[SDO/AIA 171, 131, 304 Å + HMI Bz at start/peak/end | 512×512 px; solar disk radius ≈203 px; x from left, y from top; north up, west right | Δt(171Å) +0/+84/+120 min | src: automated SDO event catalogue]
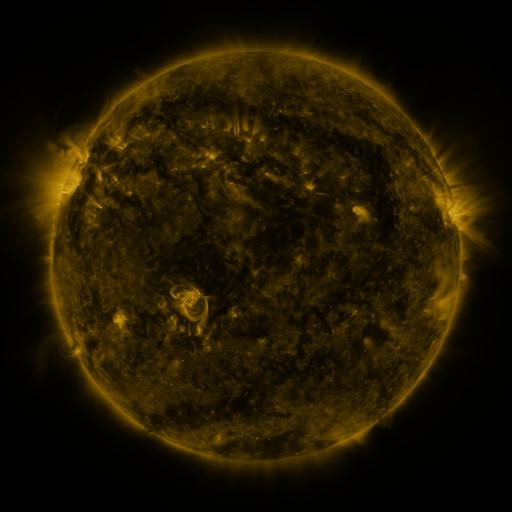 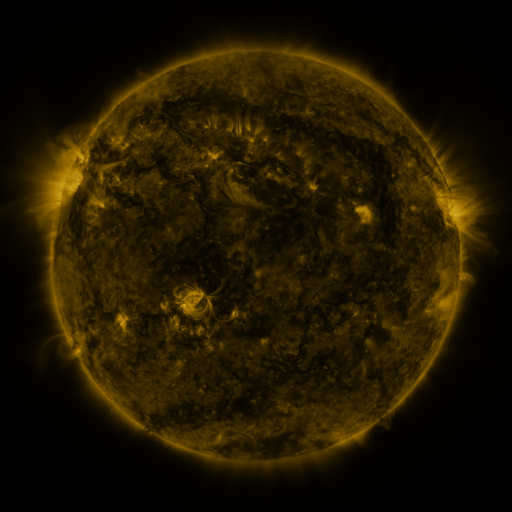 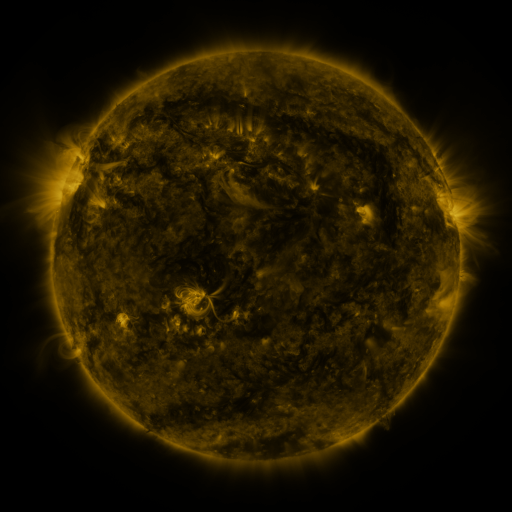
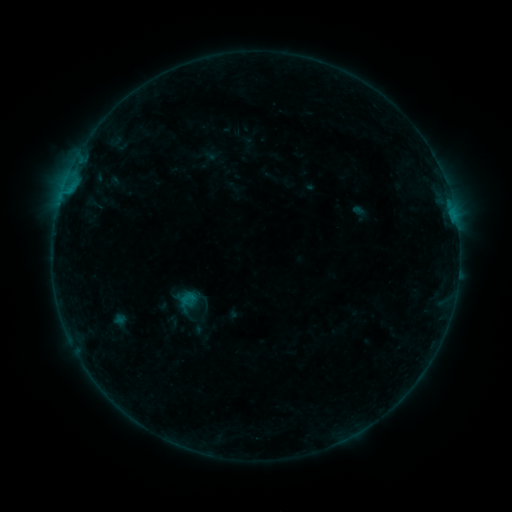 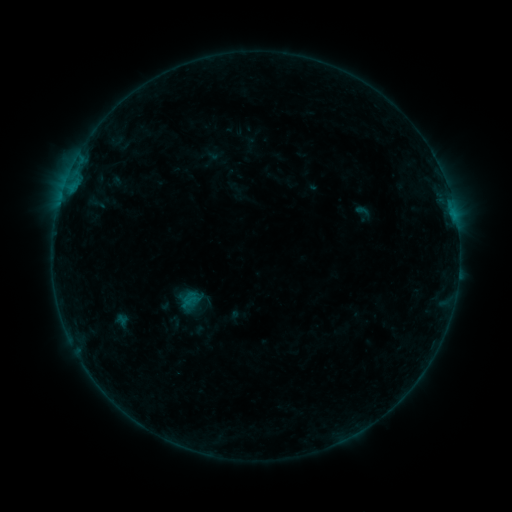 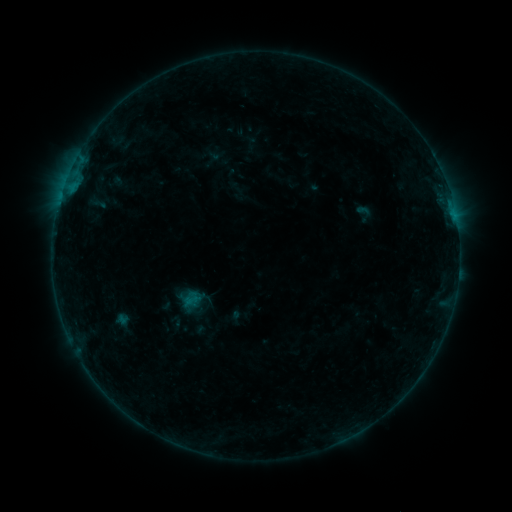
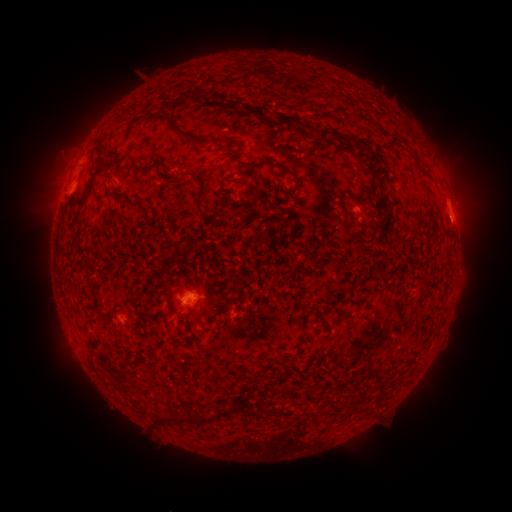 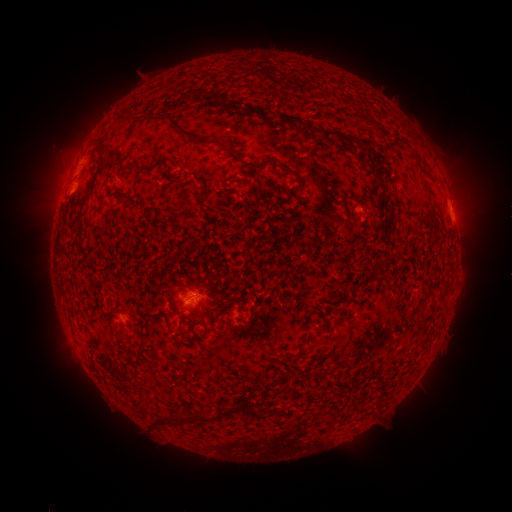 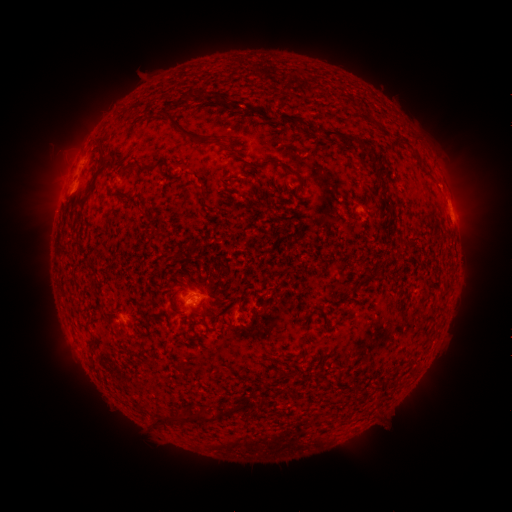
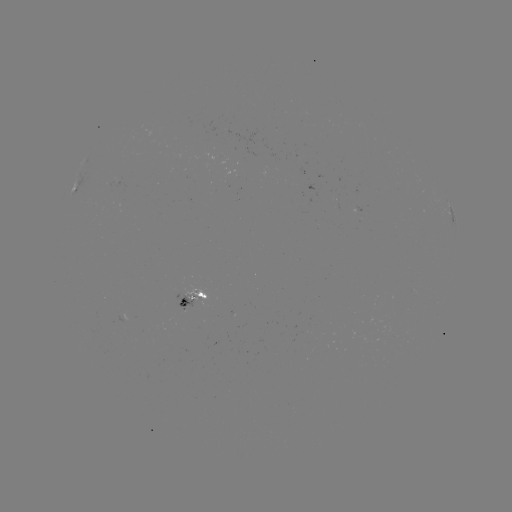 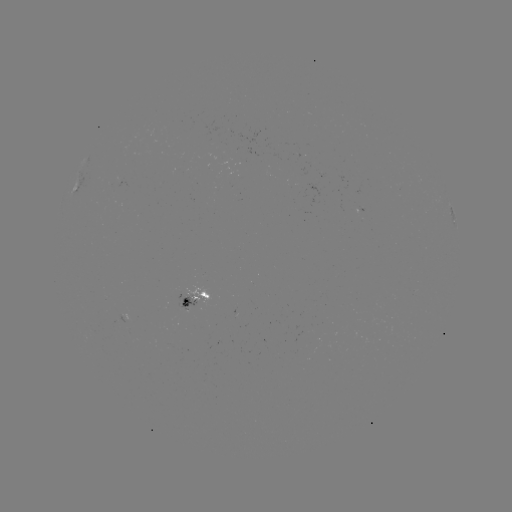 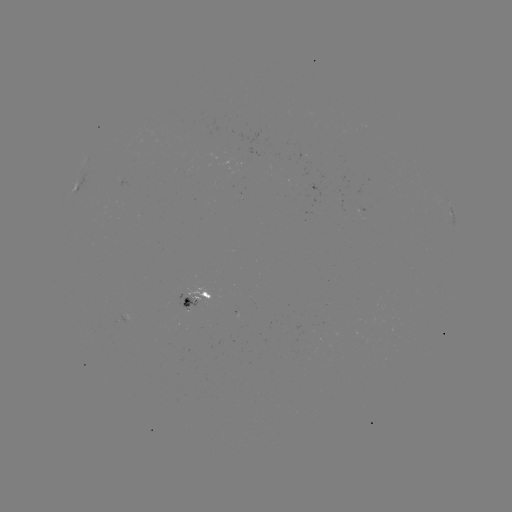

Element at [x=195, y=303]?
emerging-flux region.